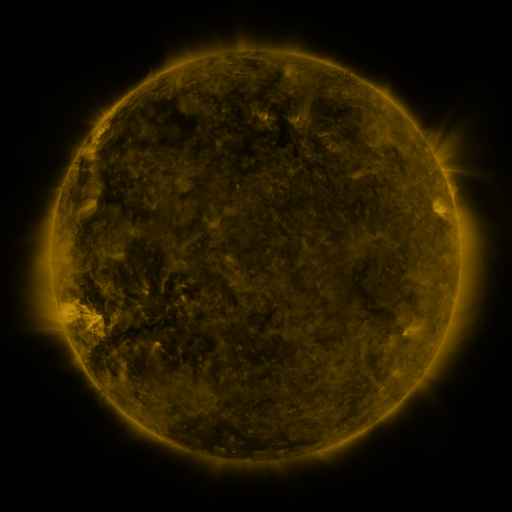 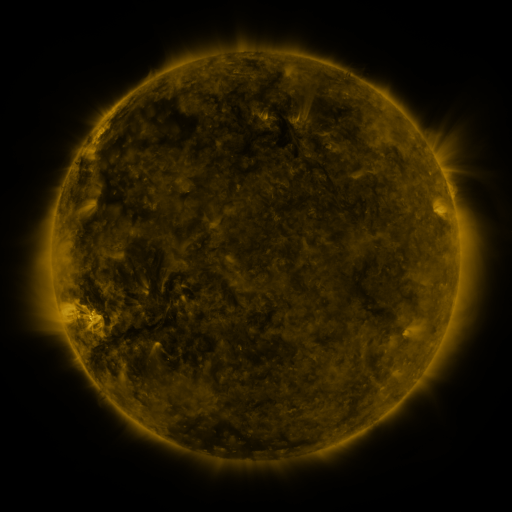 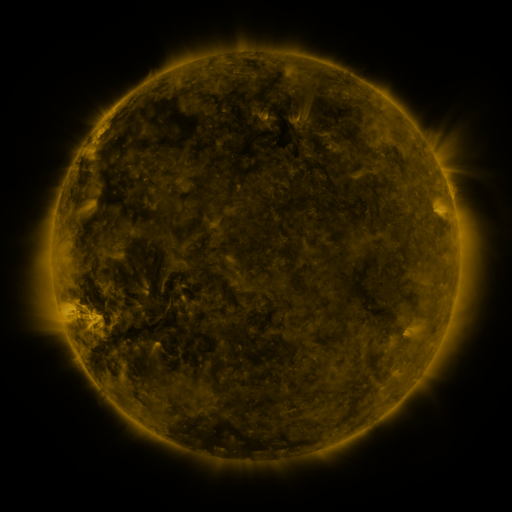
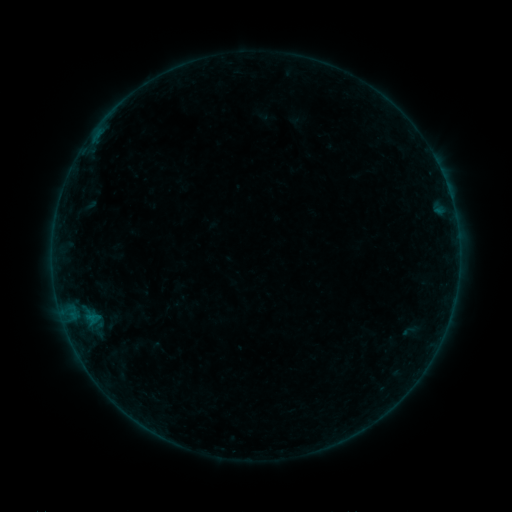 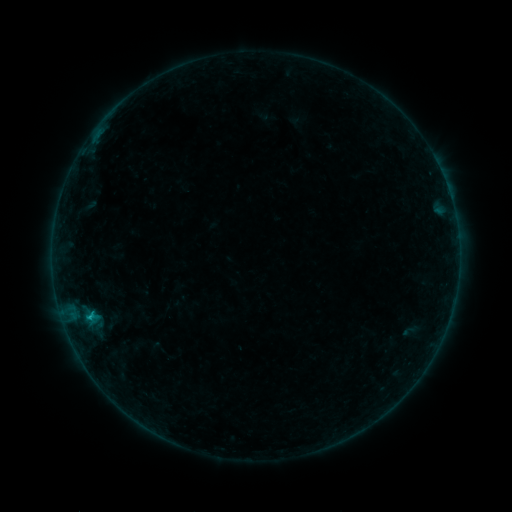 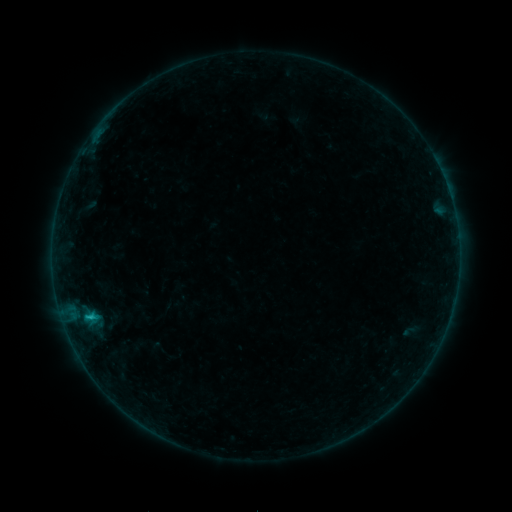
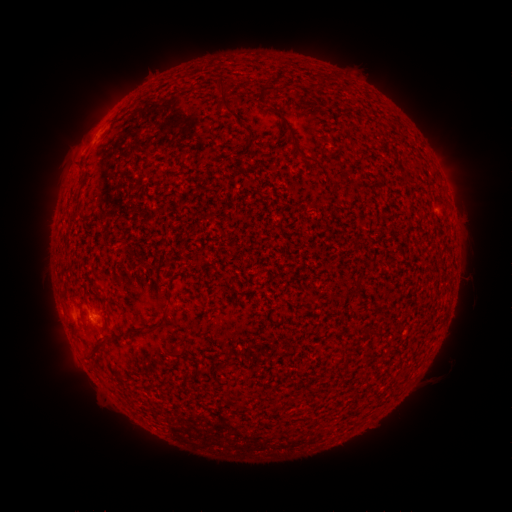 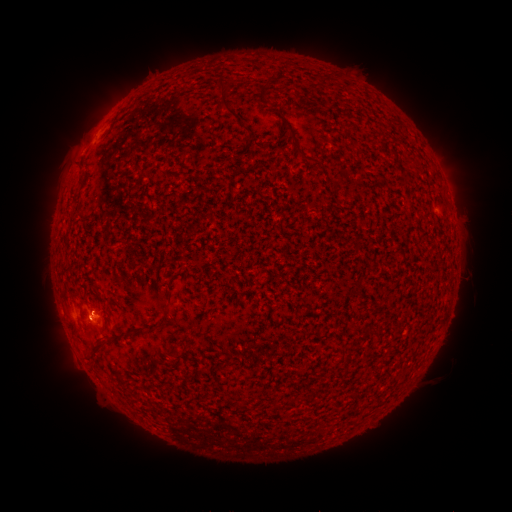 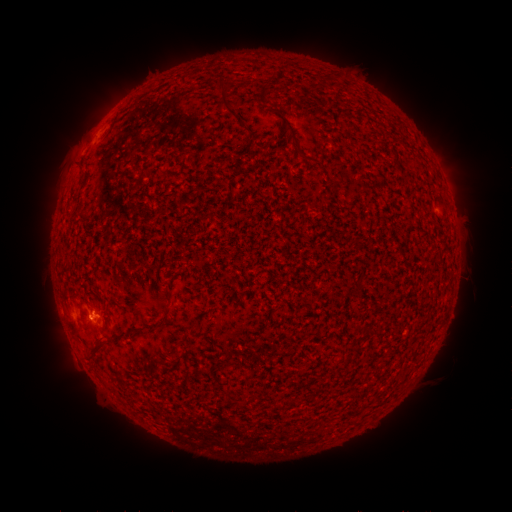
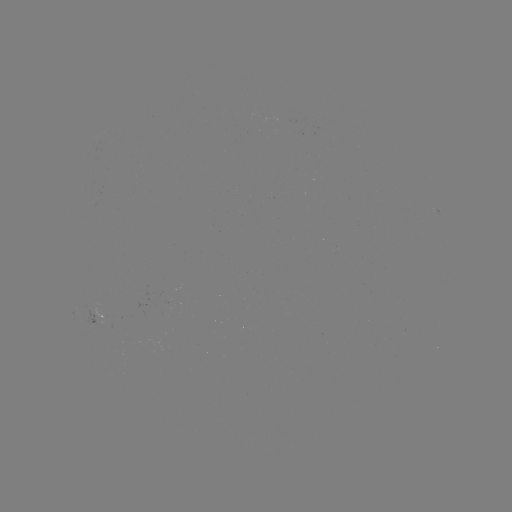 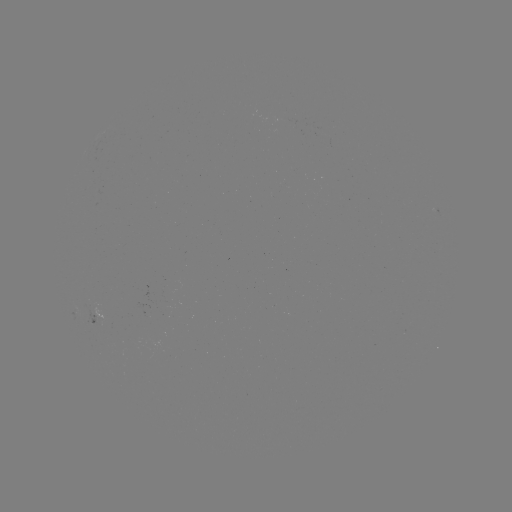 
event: flare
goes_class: B7.3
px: (91, 315)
